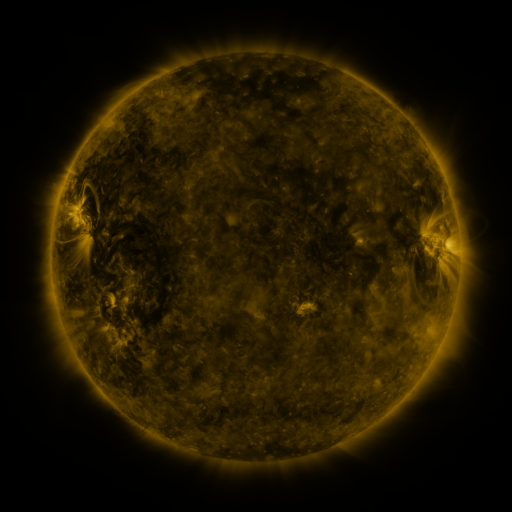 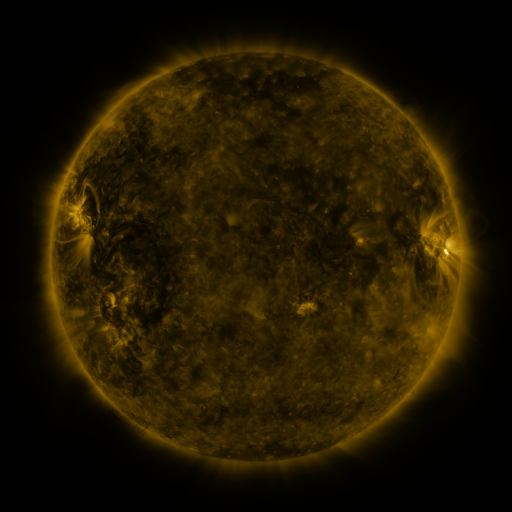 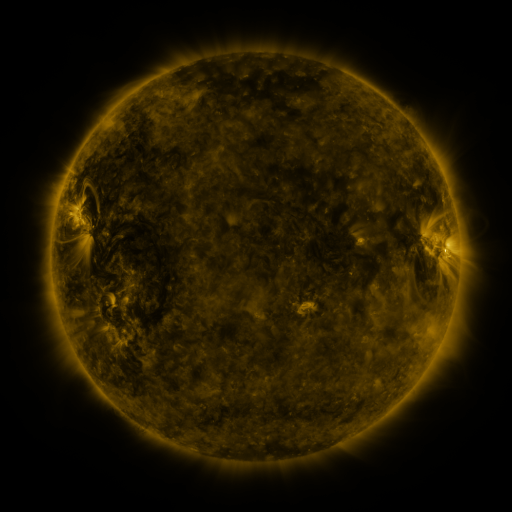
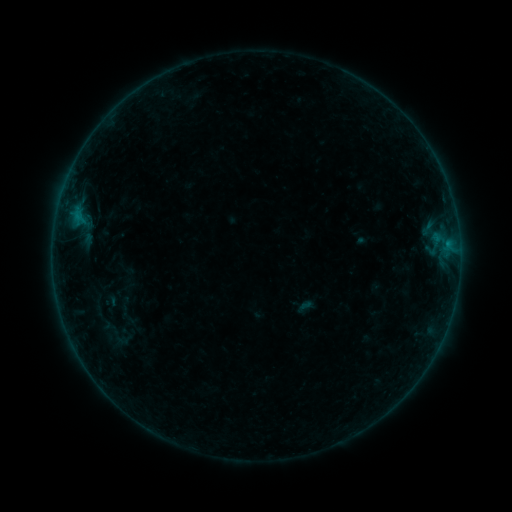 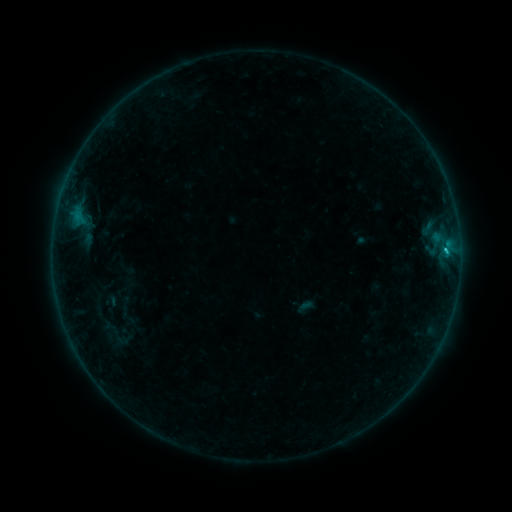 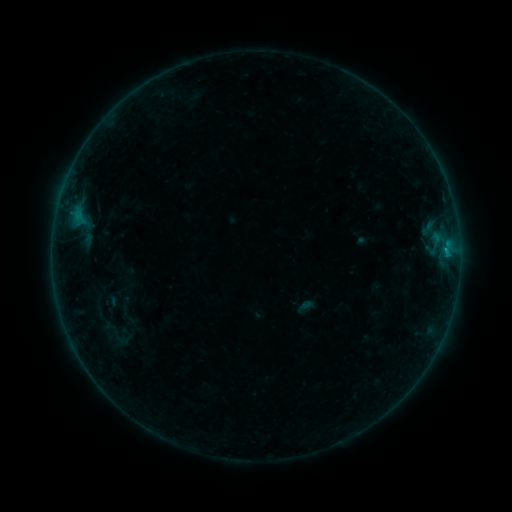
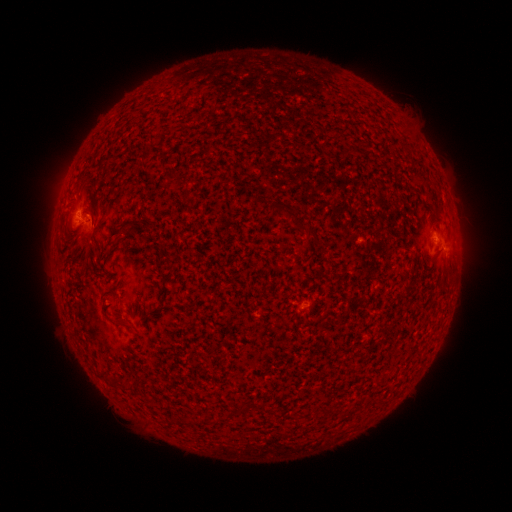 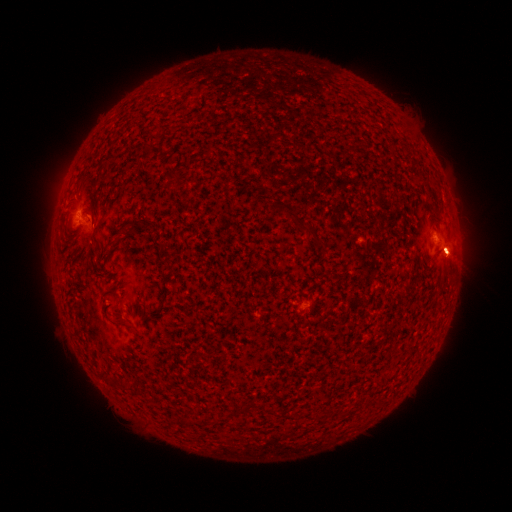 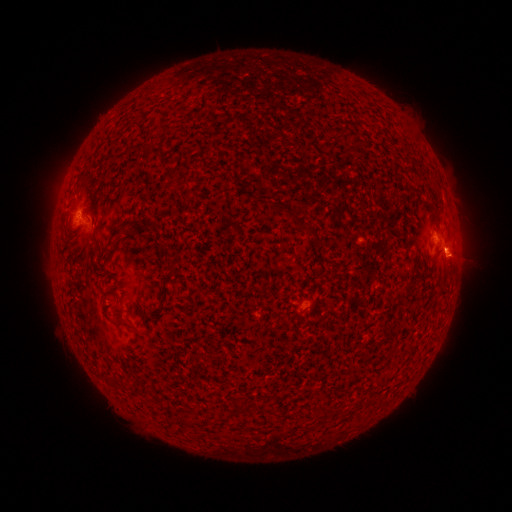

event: flare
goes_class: B7.9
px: (445, 251)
